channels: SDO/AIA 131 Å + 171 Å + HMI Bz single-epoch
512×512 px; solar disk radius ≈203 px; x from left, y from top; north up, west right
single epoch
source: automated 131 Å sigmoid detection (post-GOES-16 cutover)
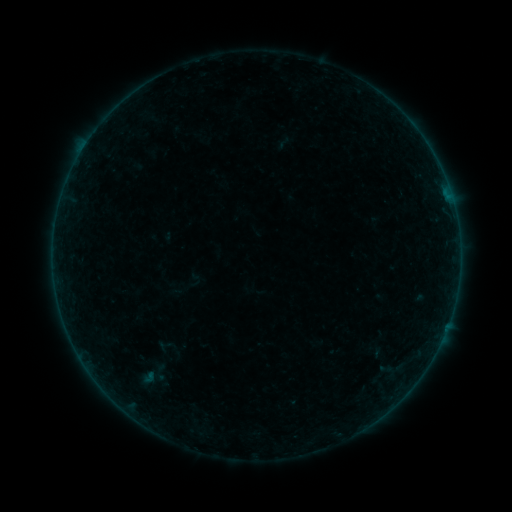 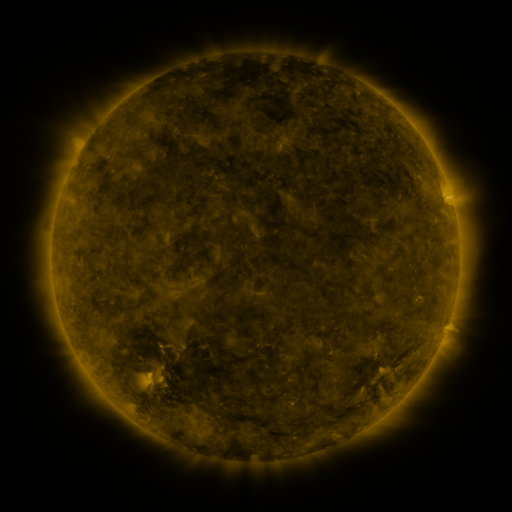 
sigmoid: <bbox>134, 363, 172, 389</bbox>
